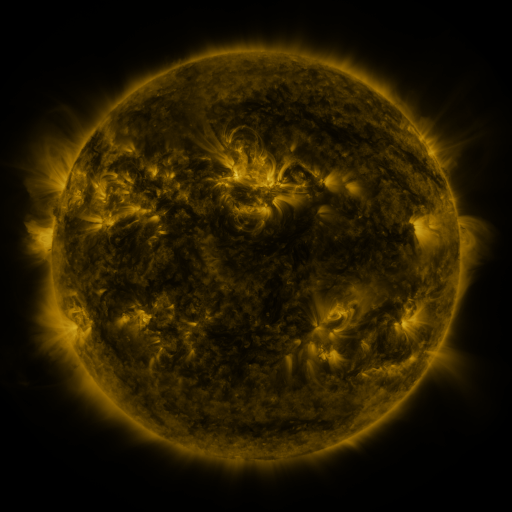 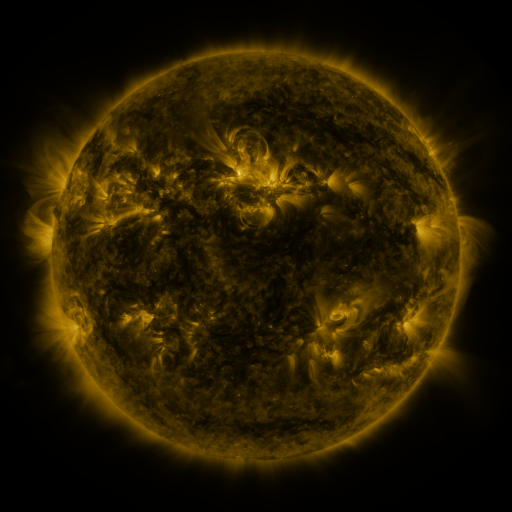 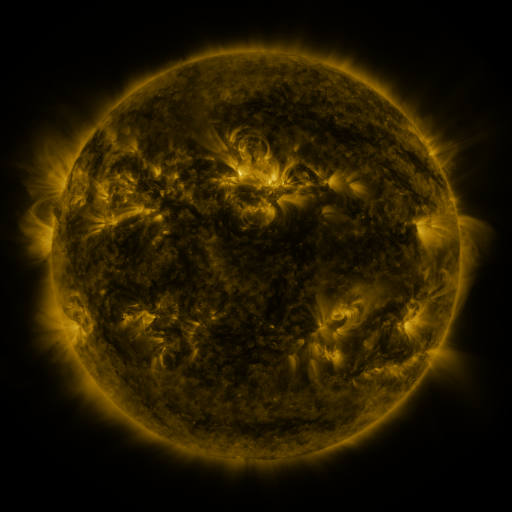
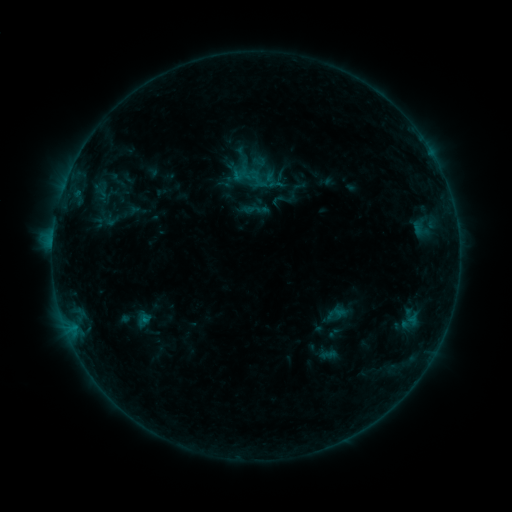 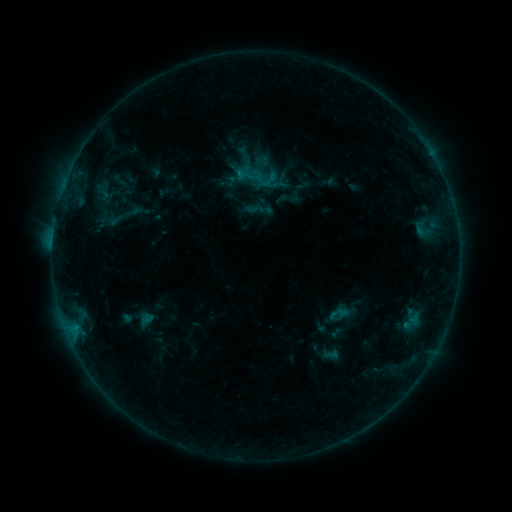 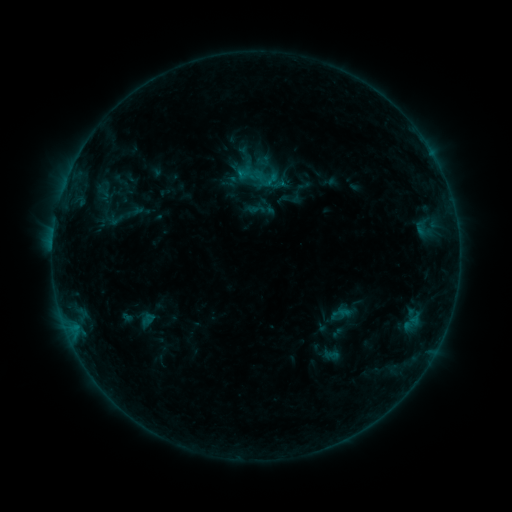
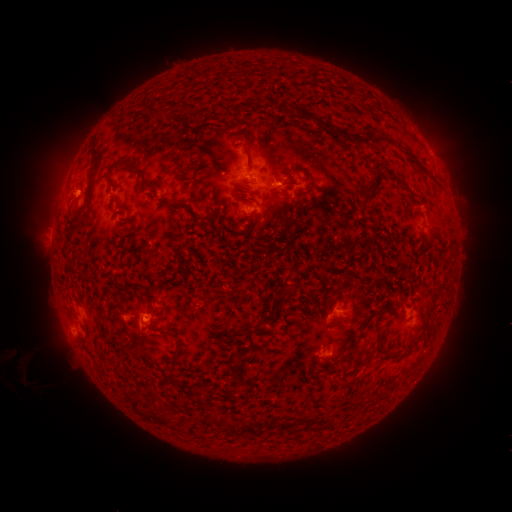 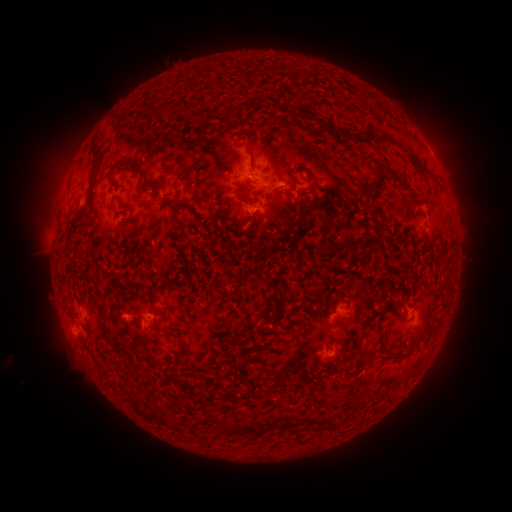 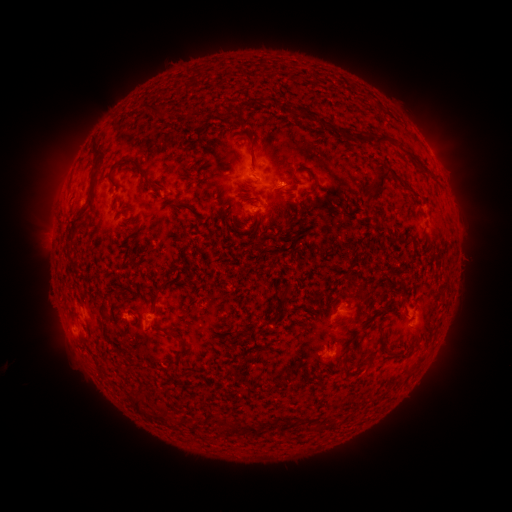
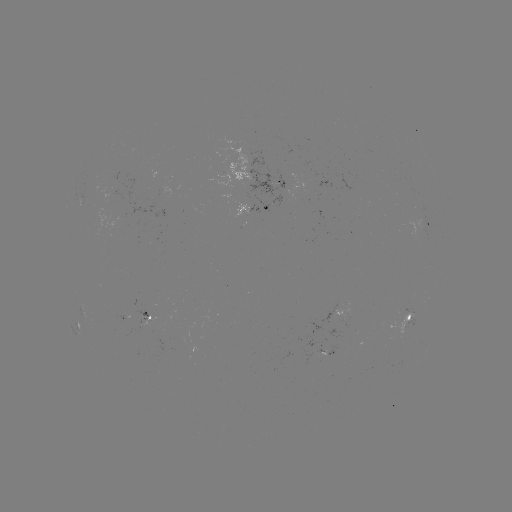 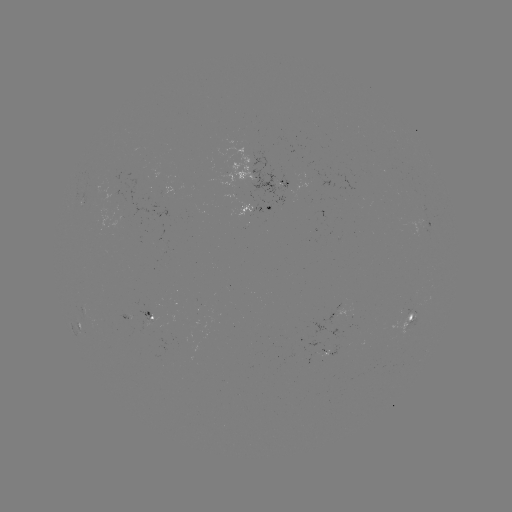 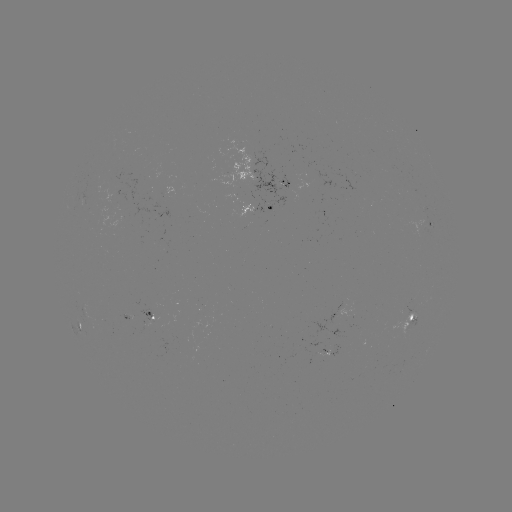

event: emerging-flux region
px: (233, 140)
